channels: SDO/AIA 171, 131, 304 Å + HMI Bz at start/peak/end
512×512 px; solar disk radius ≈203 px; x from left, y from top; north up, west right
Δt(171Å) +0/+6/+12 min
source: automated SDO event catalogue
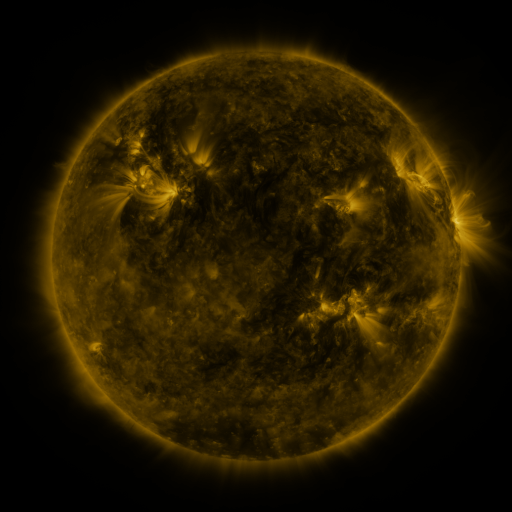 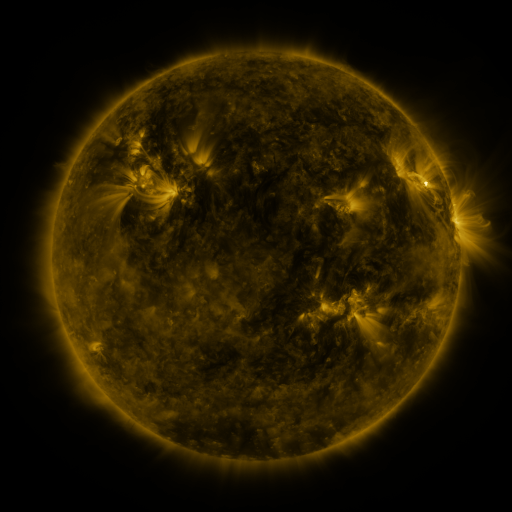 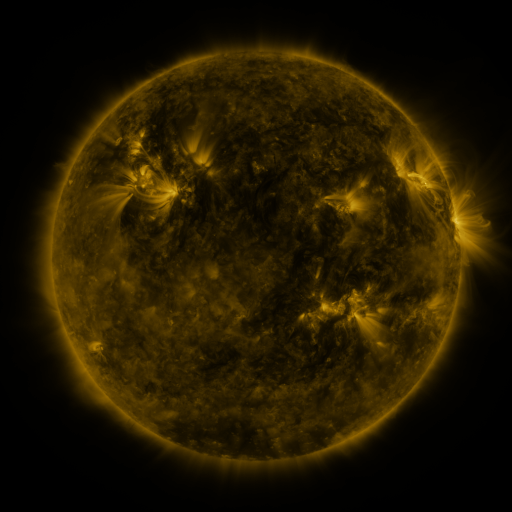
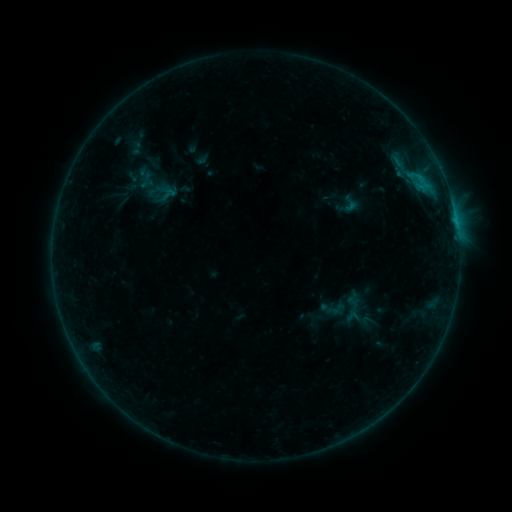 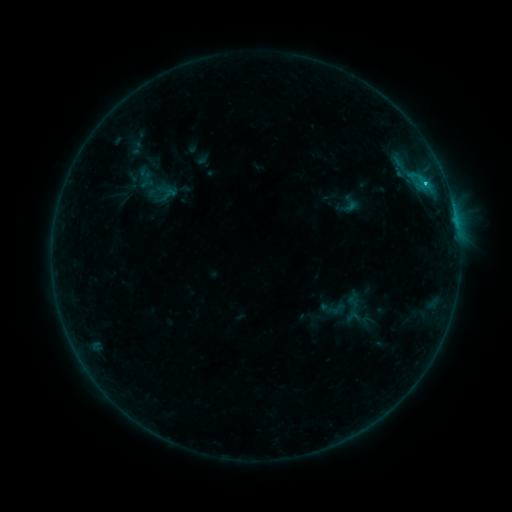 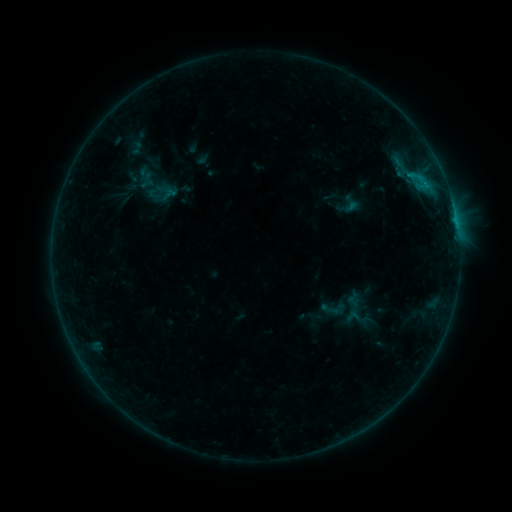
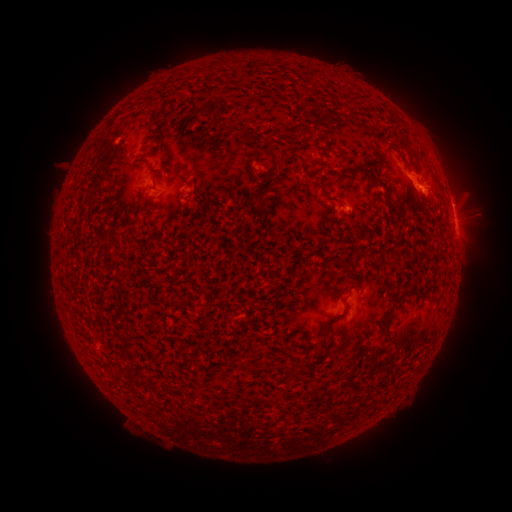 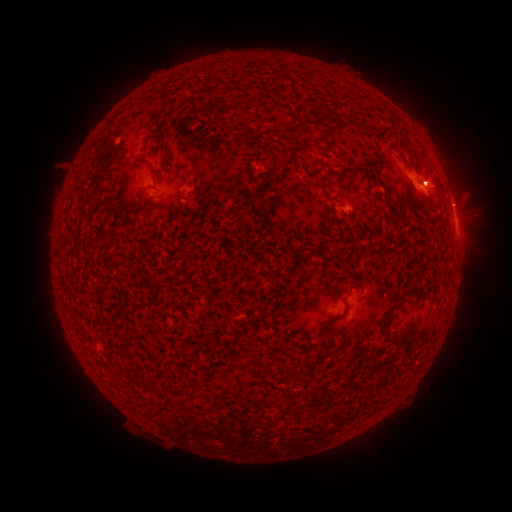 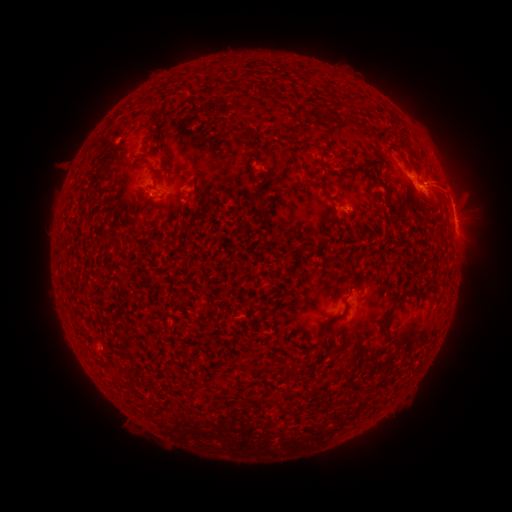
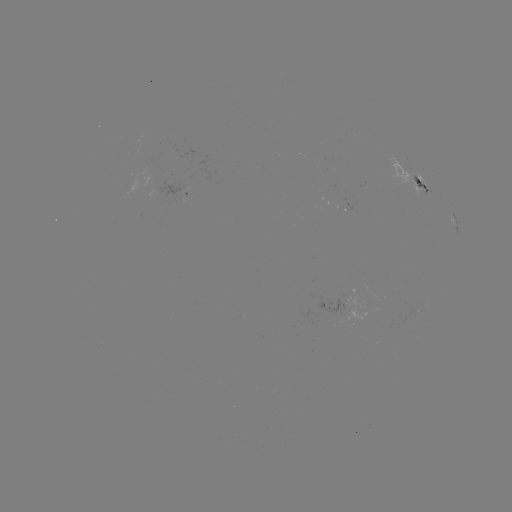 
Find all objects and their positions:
C1.1 flare: (424, 184)
